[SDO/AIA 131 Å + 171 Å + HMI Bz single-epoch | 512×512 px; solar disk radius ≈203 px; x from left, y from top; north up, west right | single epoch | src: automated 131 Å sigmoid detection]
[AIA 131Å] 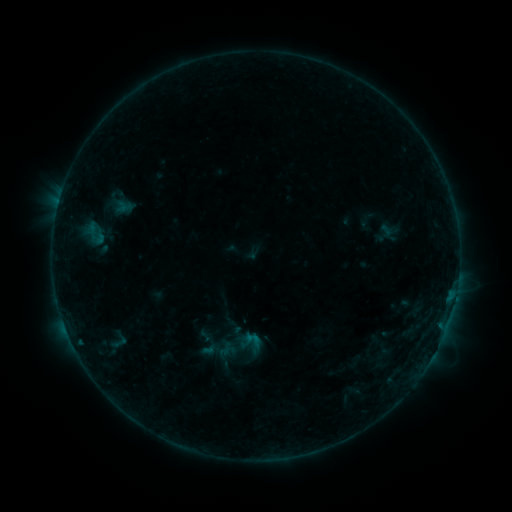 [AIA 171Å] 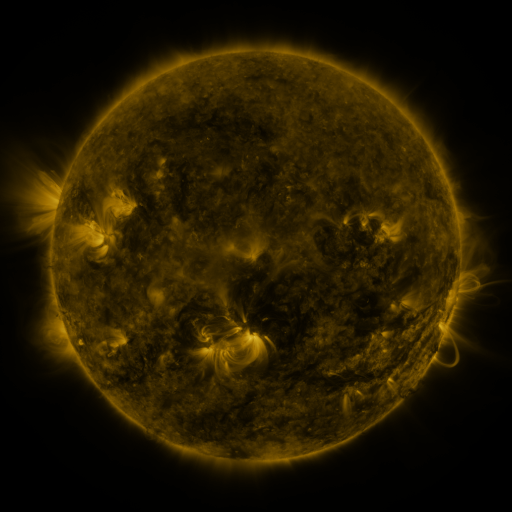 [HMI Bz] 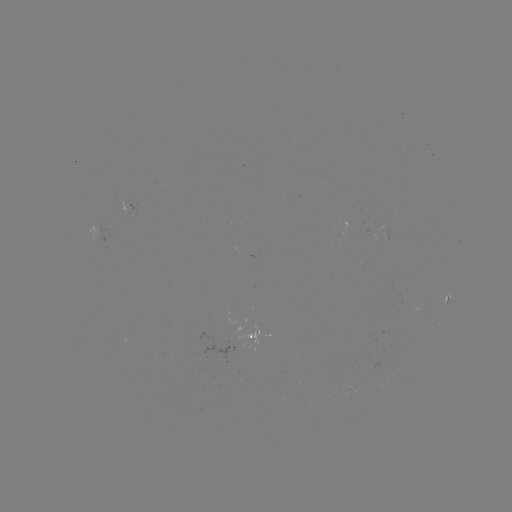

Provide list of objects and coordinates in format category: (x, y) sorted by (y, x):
sigmoid: (385, 232)
sigmoid: (118, 342)
